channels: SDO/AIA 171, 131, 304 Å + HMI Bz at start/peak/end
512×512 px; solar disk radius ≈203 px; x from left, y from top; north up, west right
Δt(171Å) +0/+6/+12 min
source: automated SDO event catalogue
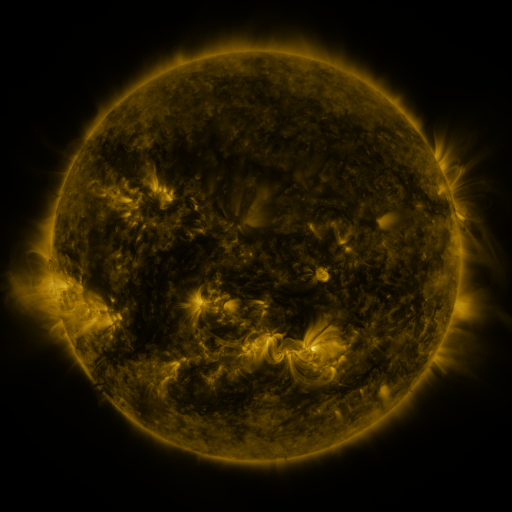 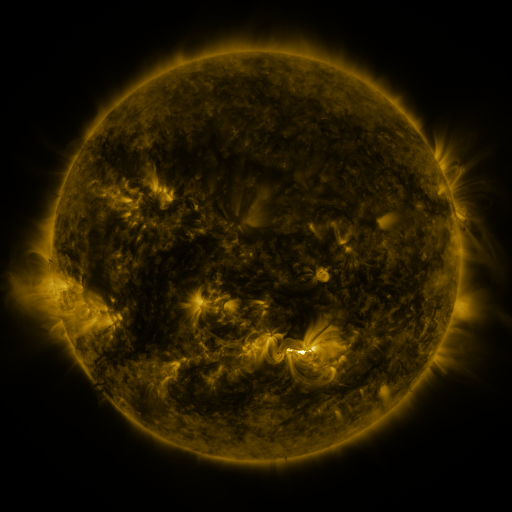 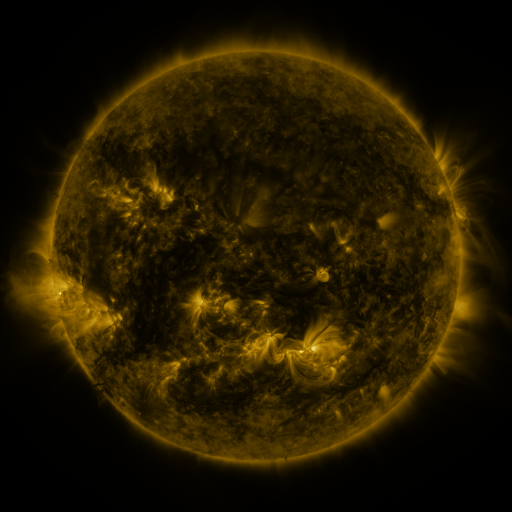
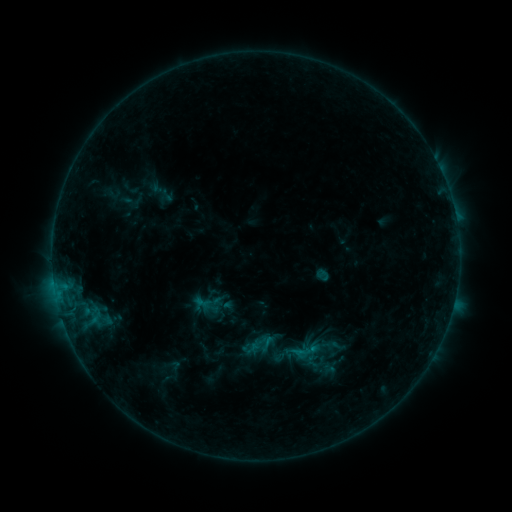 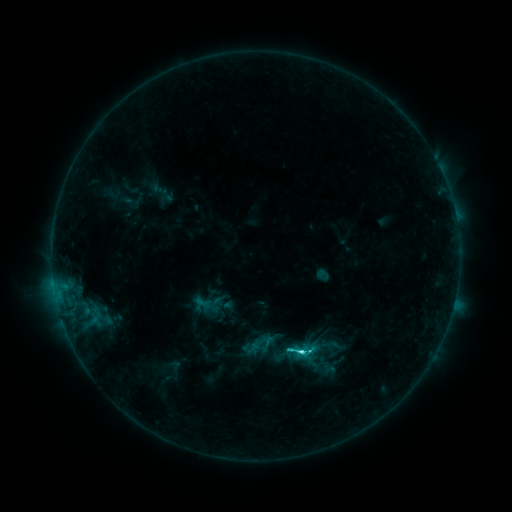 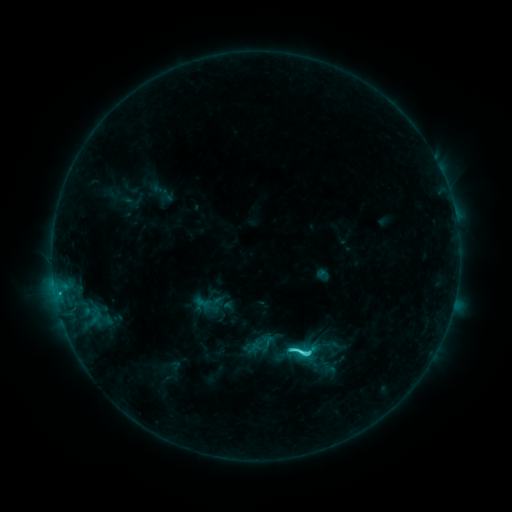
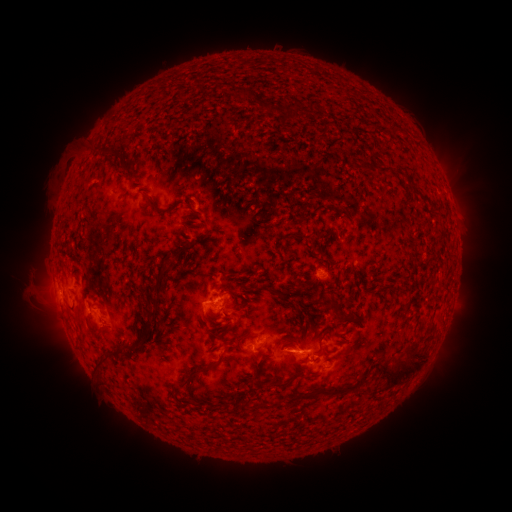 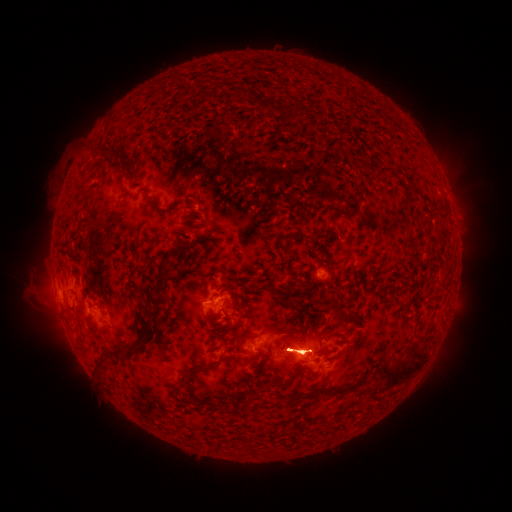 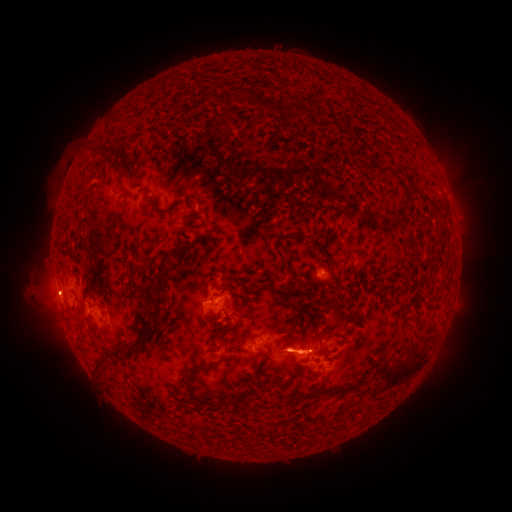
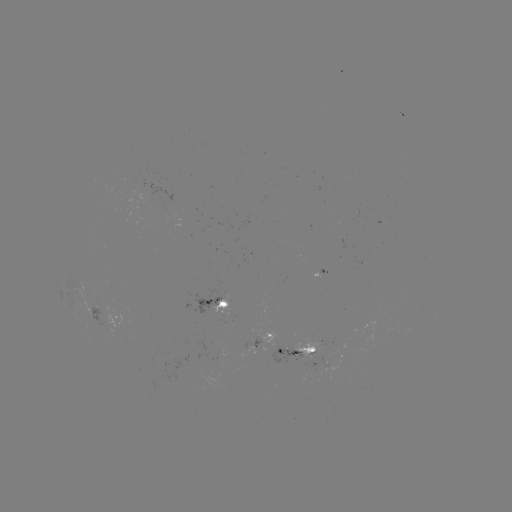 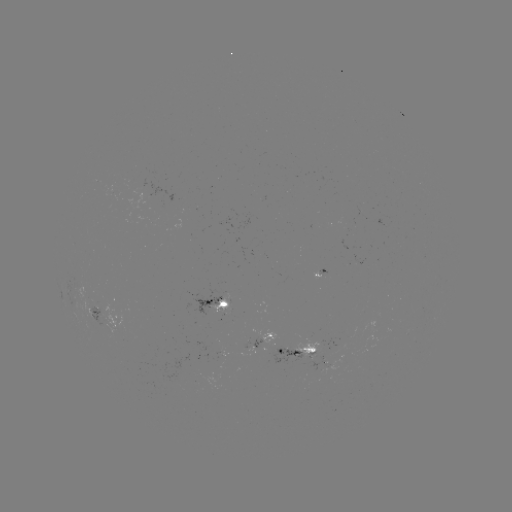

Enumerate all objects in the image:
eruption: (300, 350)
